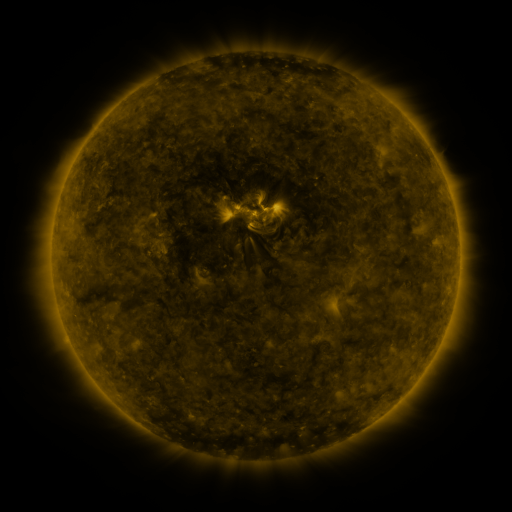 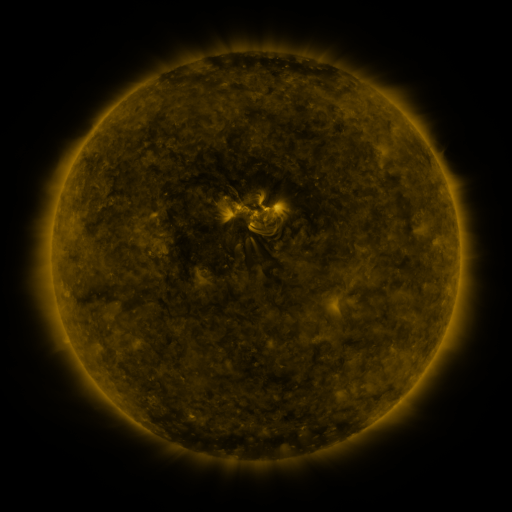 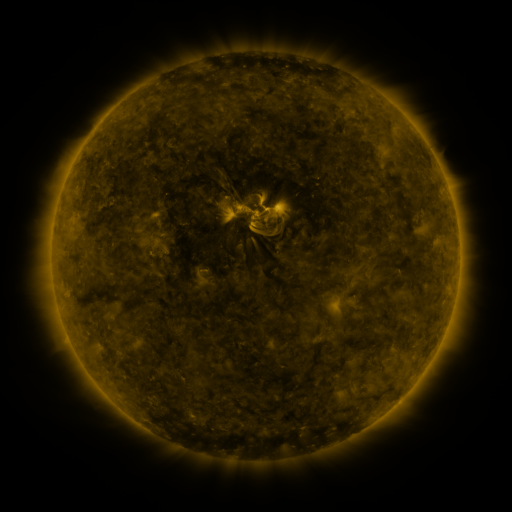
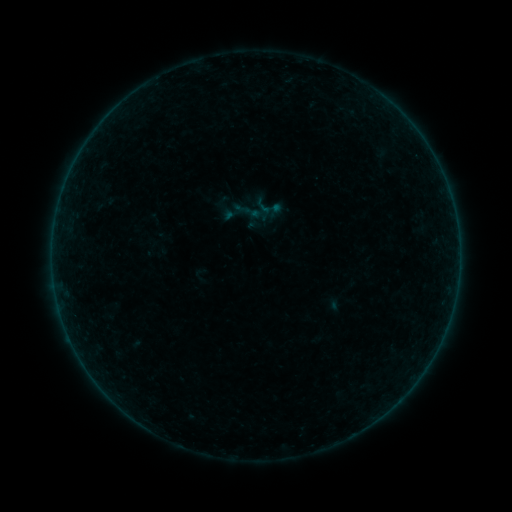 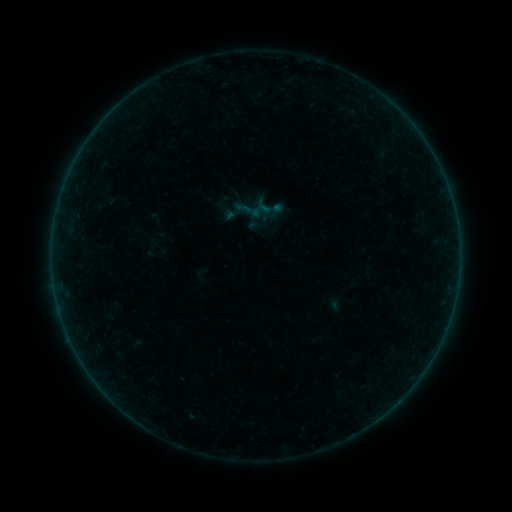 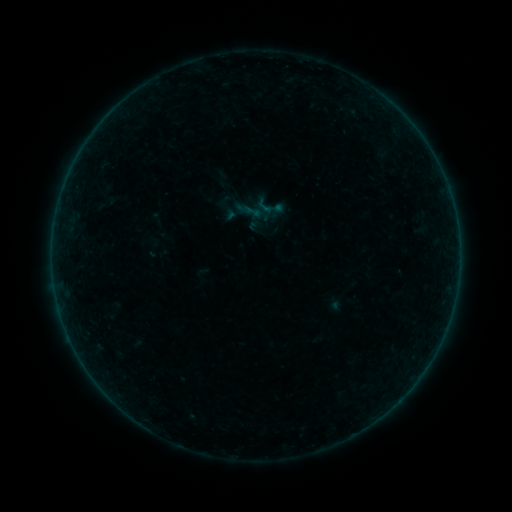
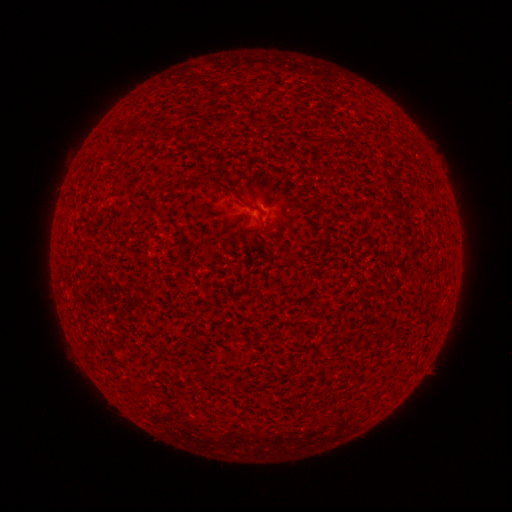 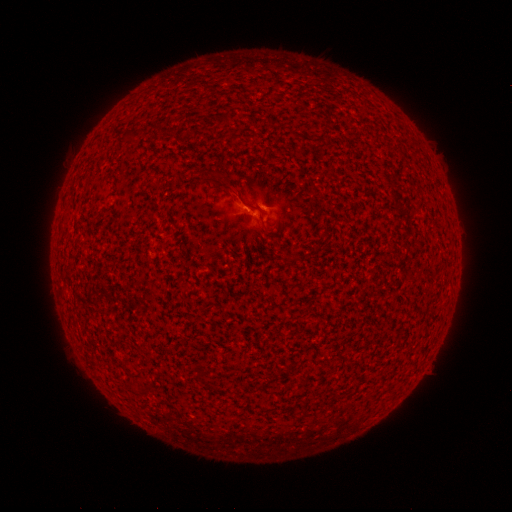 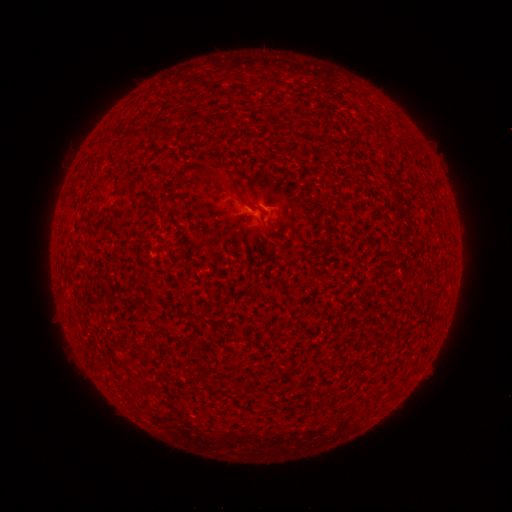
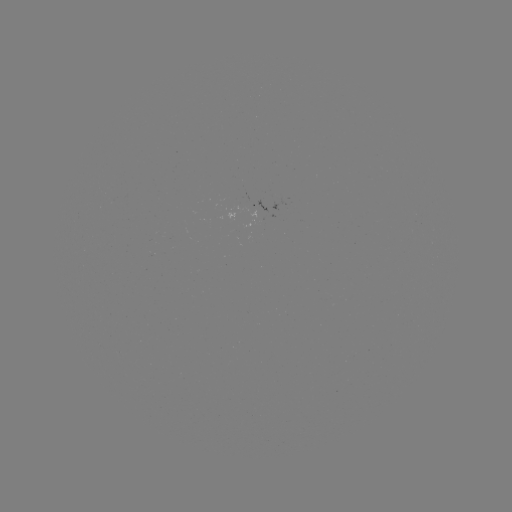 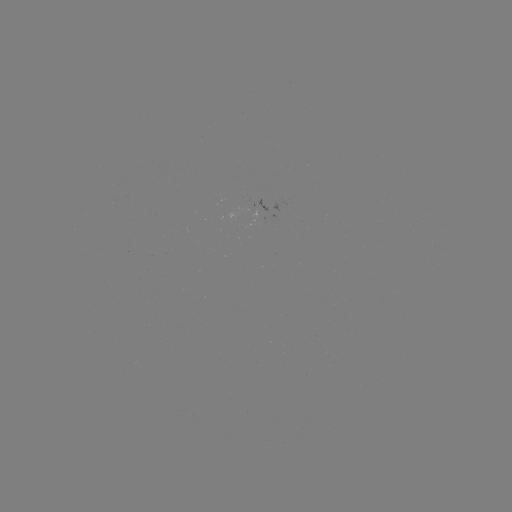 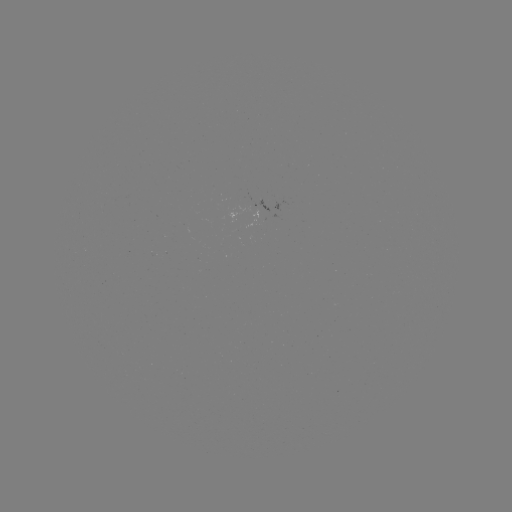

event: flare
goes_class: A9.7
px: (256, 210)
